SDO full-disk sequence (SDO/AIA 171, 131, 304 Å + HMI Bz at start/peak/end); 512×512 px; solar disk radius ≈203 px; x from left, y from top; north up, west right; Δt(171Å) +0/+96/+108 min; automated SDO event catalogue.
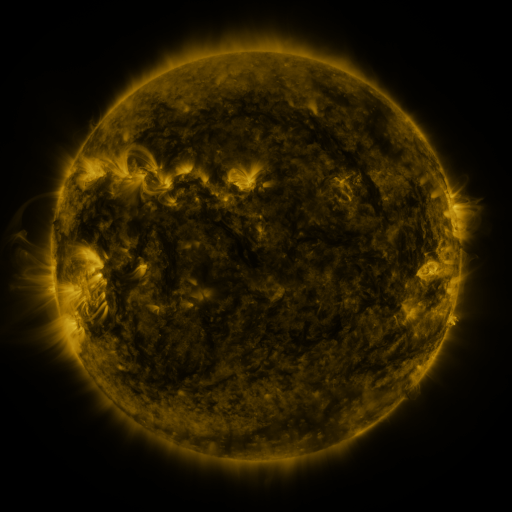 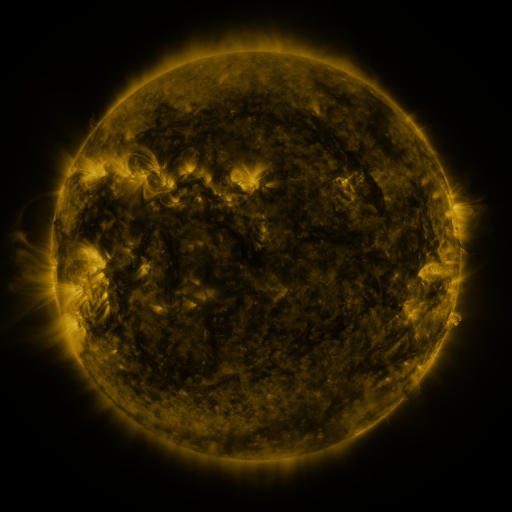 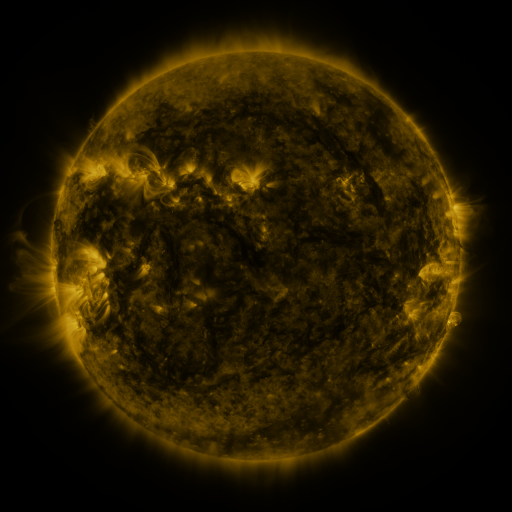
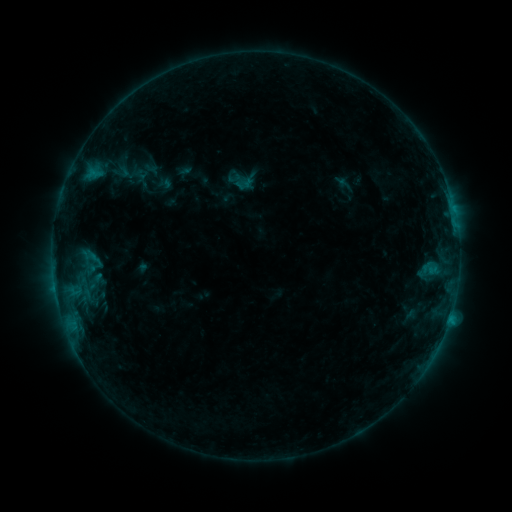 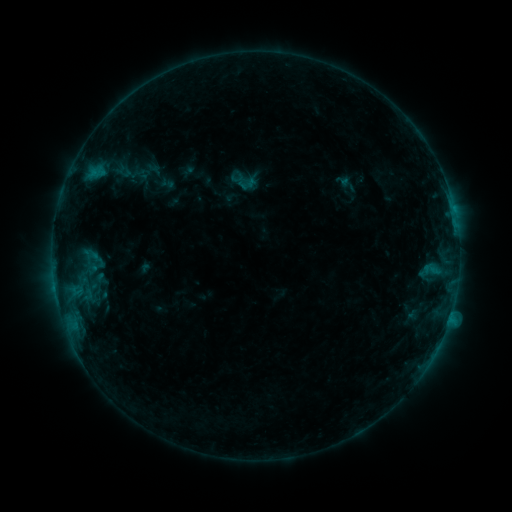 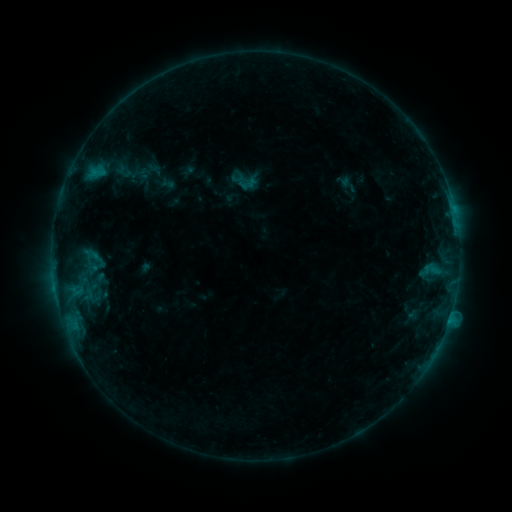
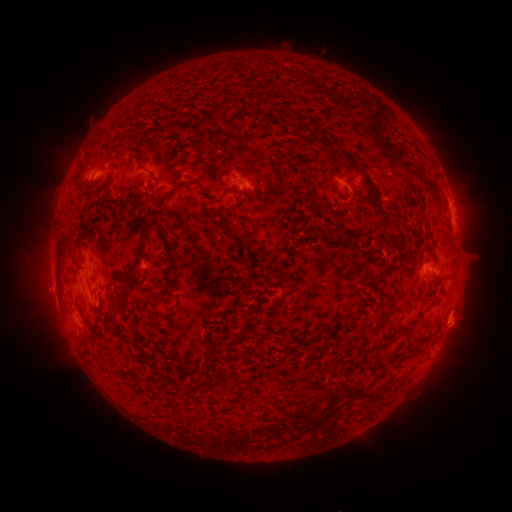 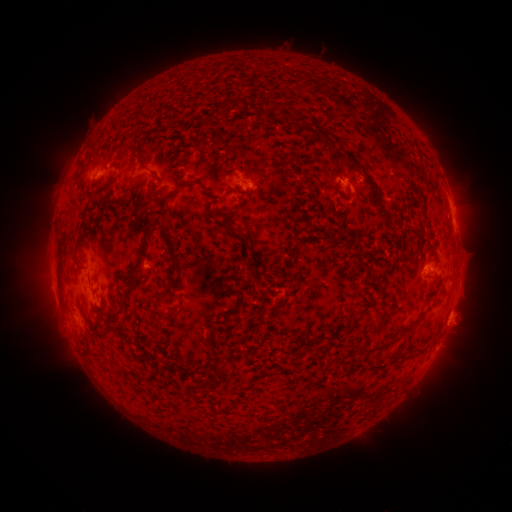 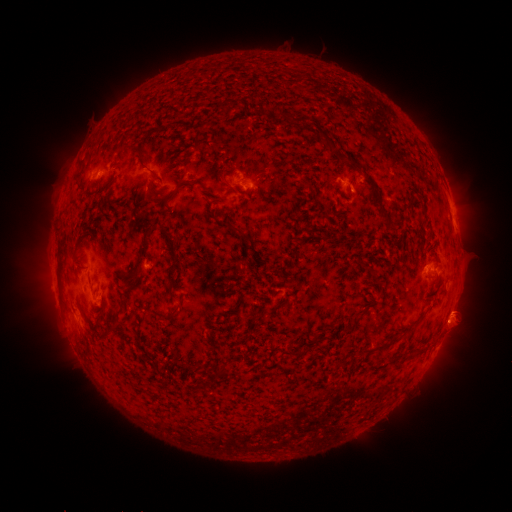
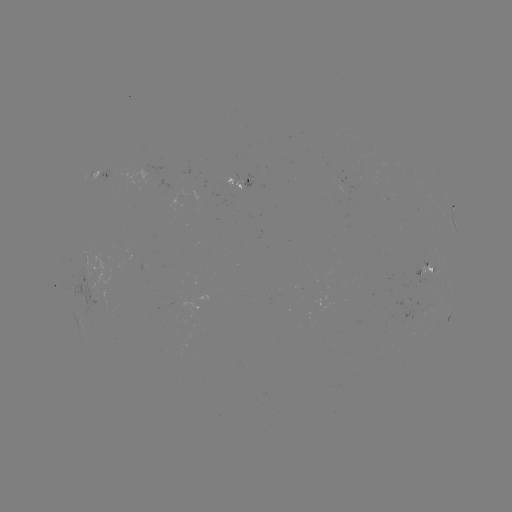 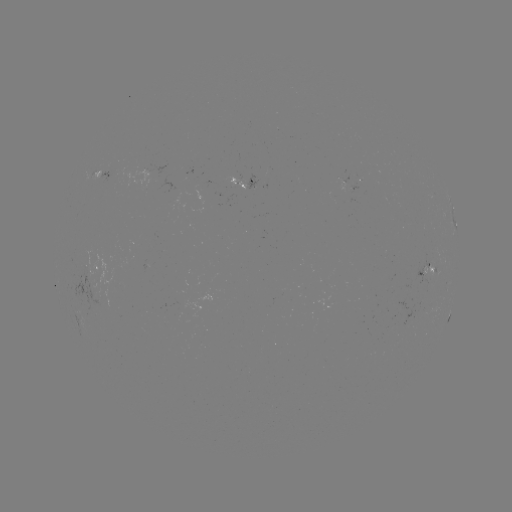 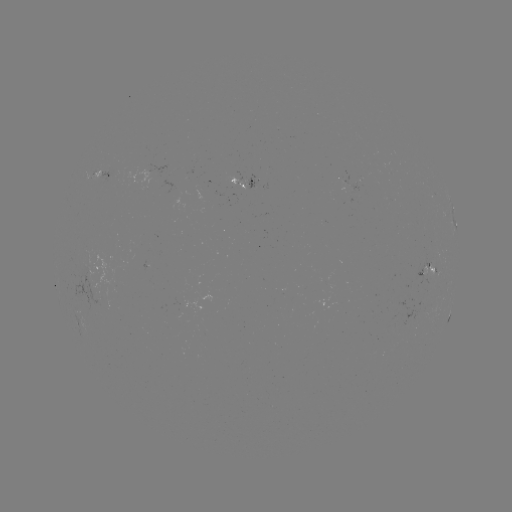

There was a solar emerging-flux region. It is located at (96, 291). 